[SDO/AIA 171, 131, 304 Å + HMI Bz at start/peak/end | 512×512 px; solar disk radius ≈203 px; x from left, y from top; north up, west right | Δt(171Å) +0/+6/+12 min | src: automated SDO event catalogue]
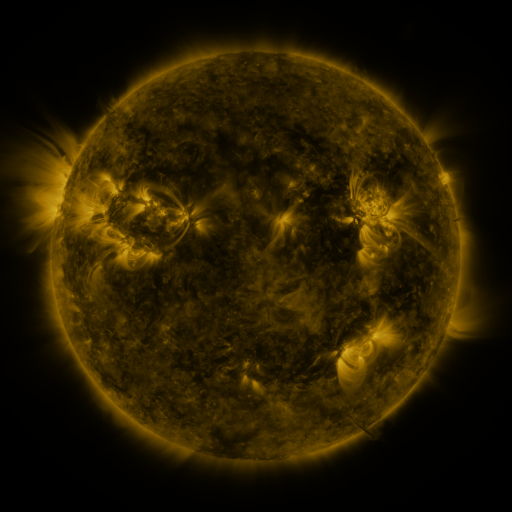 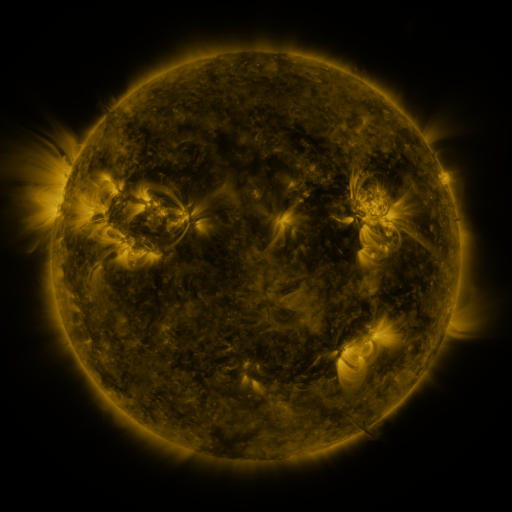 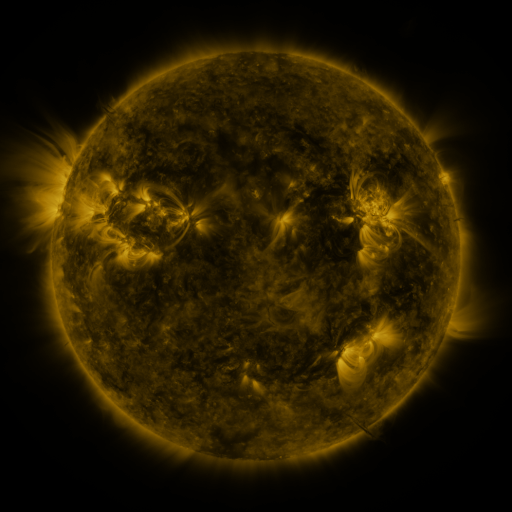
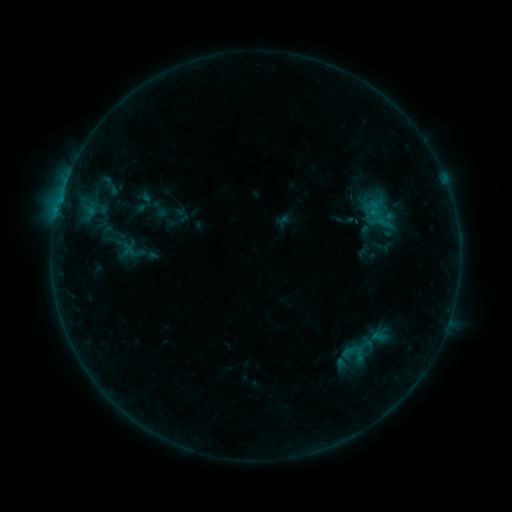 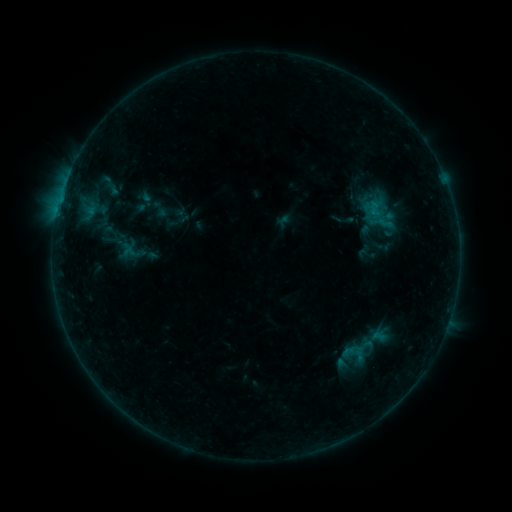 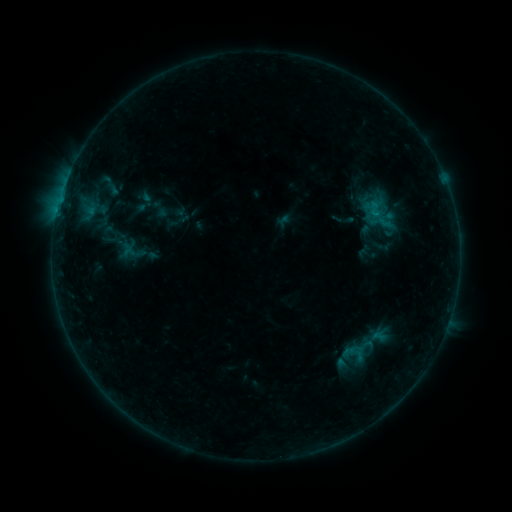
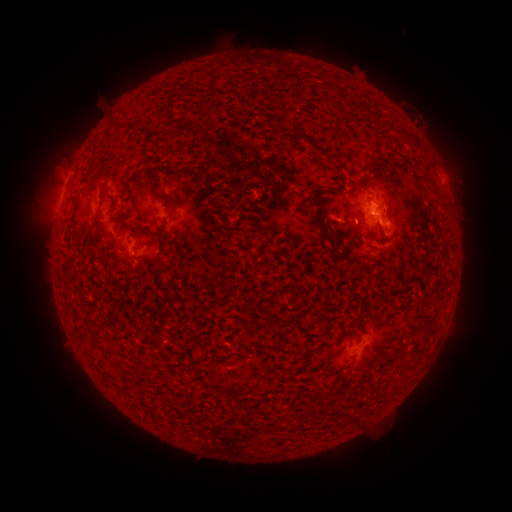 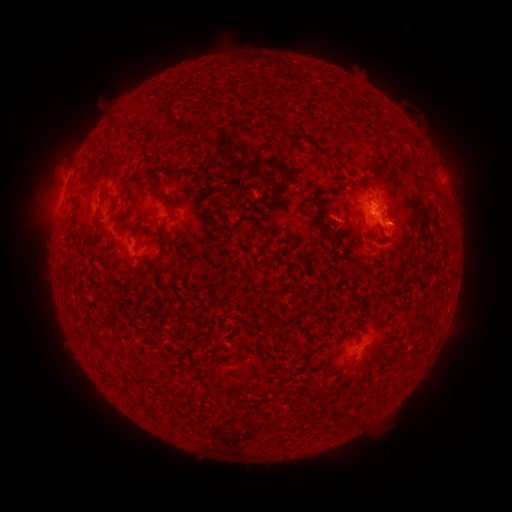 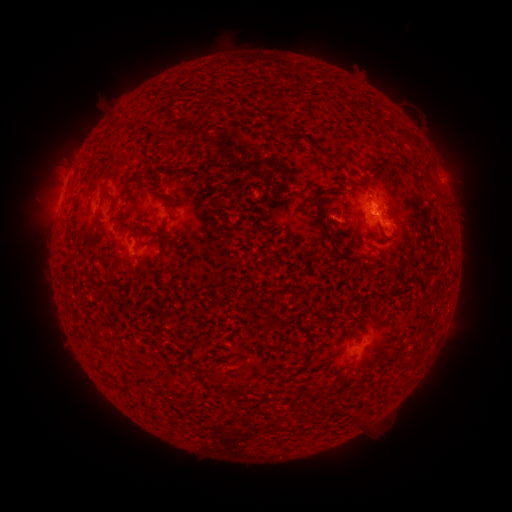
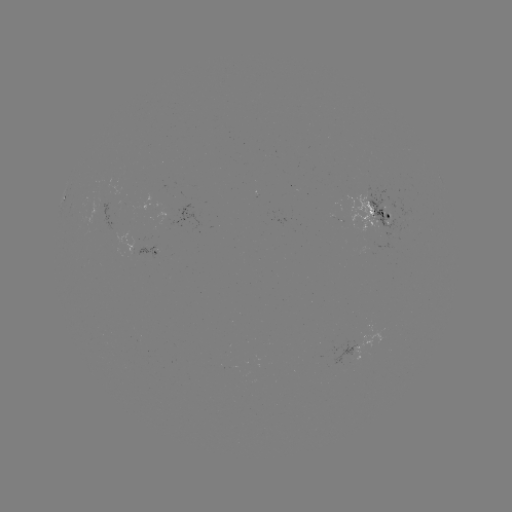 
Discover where B4.5 flare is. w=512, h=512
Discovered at [372, 212].